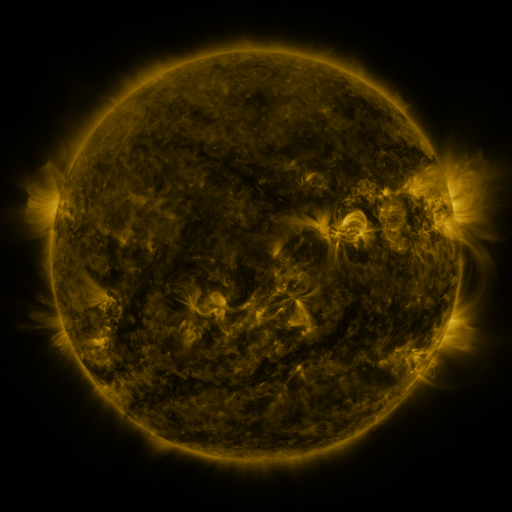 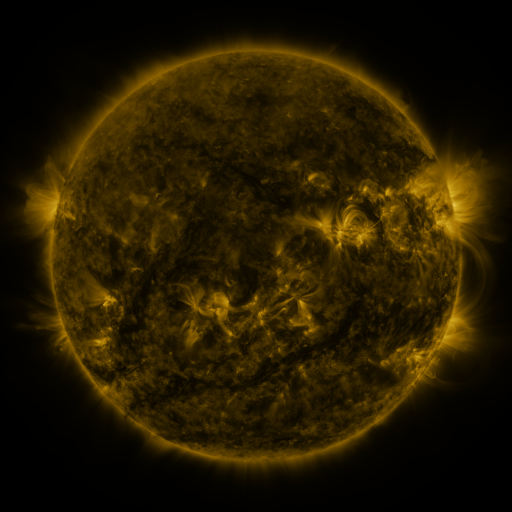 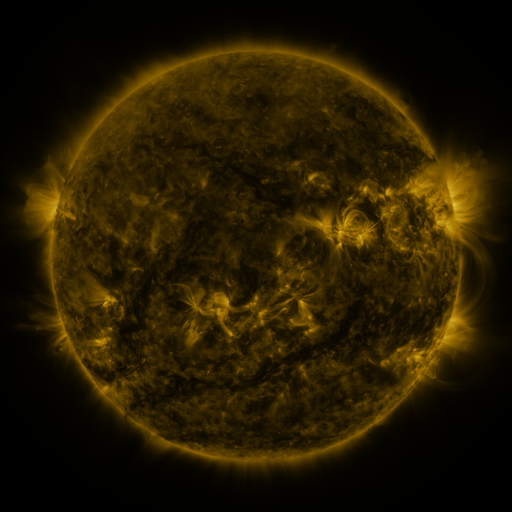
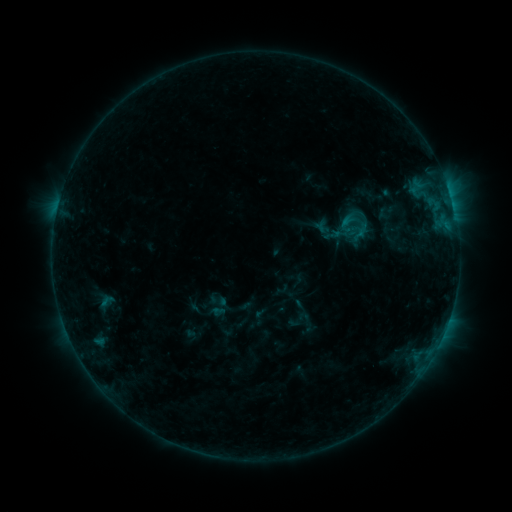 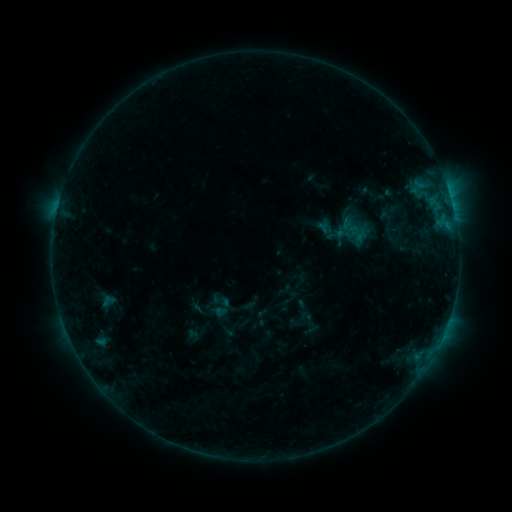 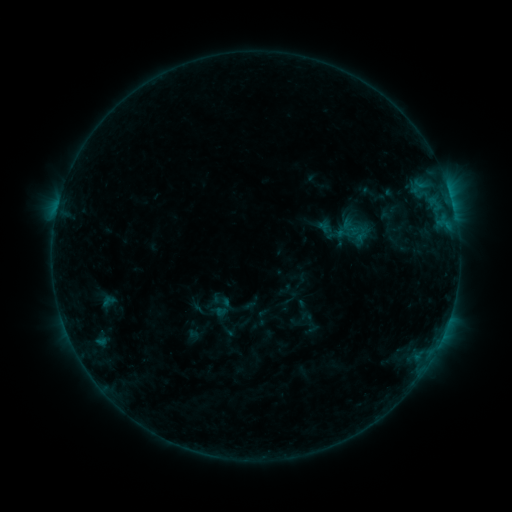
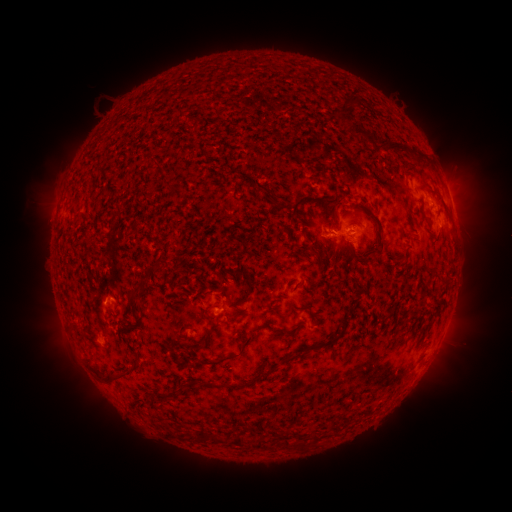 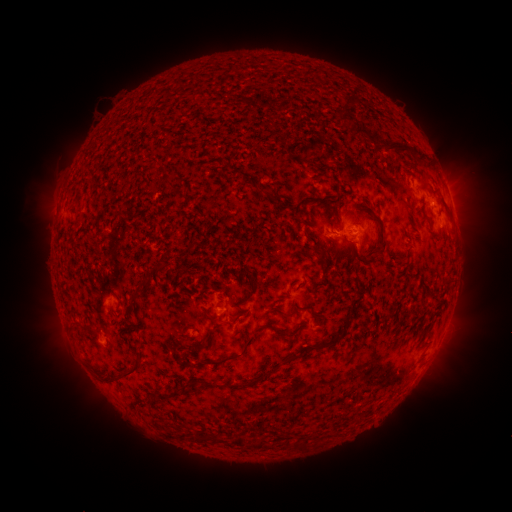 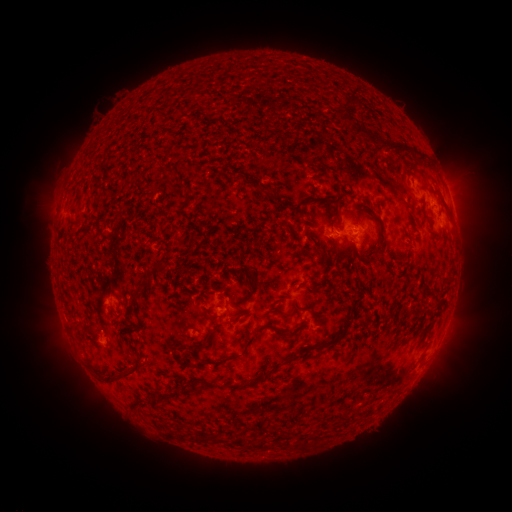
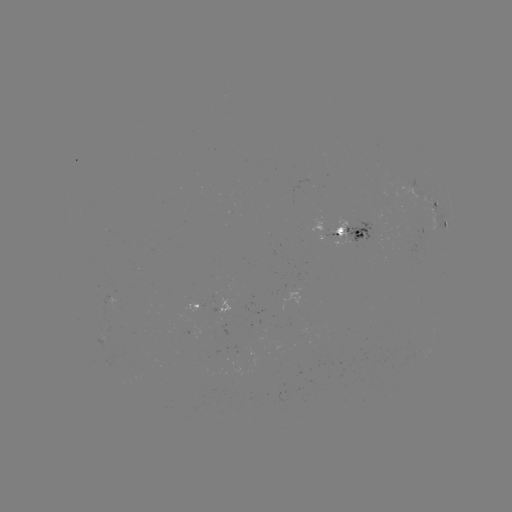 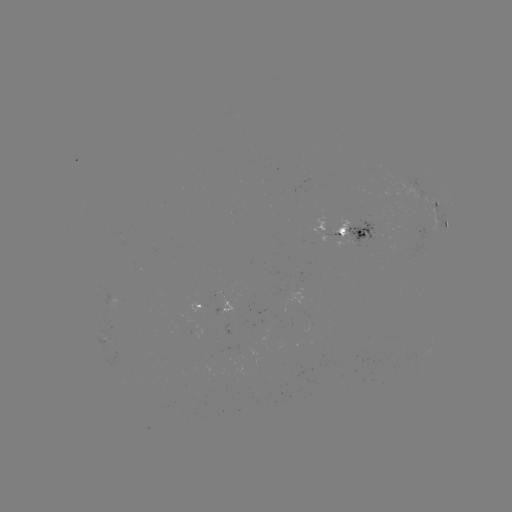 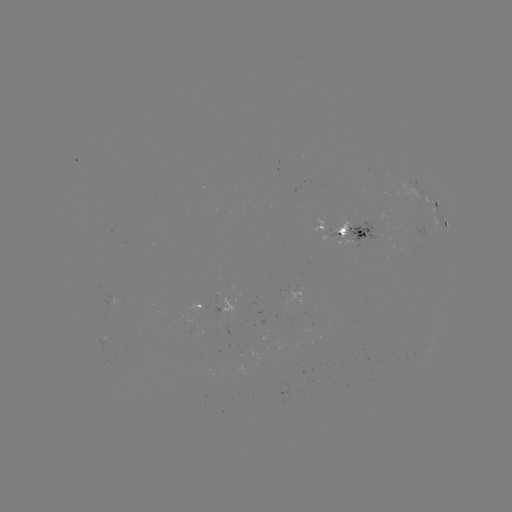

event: emerging-flux region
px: (375, 227)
